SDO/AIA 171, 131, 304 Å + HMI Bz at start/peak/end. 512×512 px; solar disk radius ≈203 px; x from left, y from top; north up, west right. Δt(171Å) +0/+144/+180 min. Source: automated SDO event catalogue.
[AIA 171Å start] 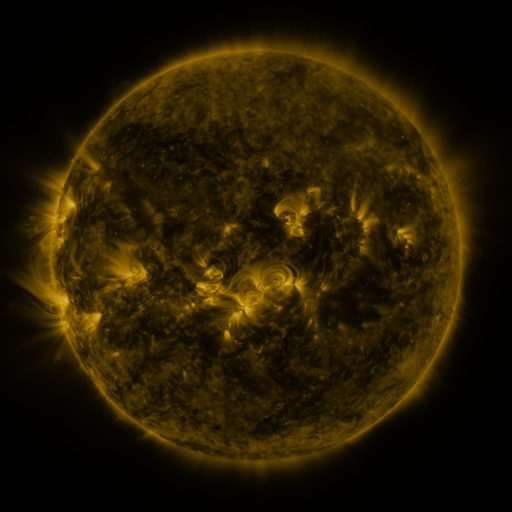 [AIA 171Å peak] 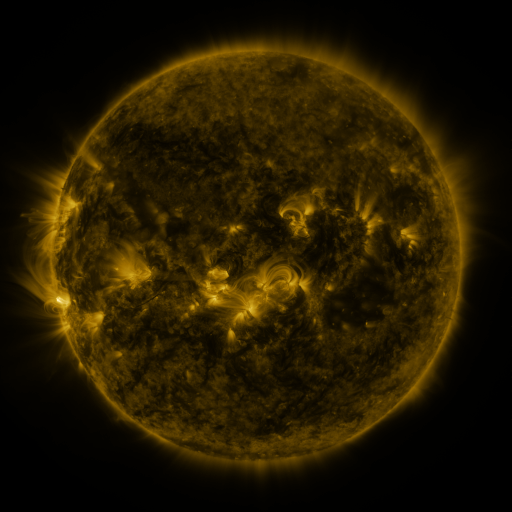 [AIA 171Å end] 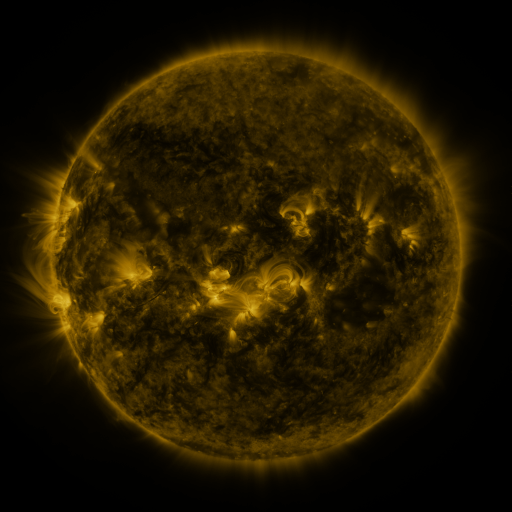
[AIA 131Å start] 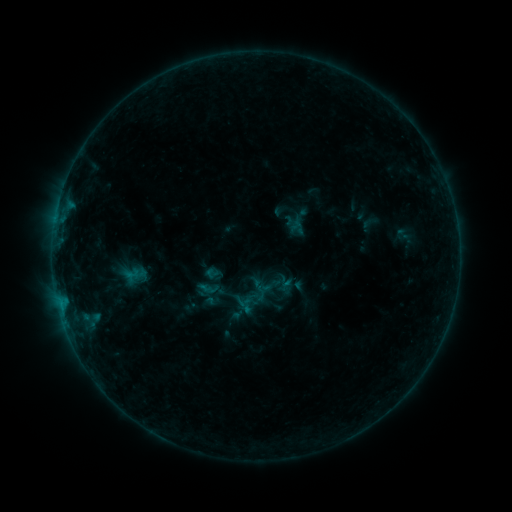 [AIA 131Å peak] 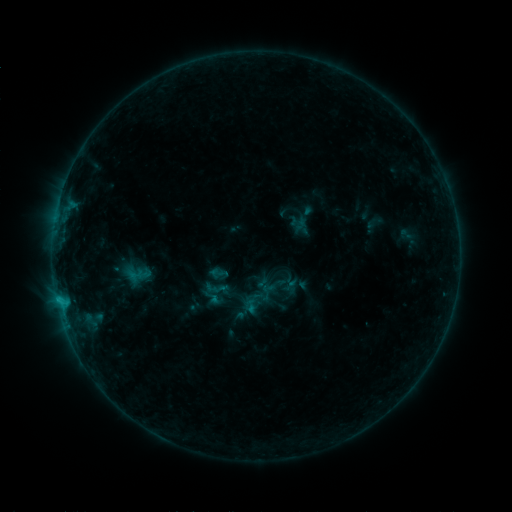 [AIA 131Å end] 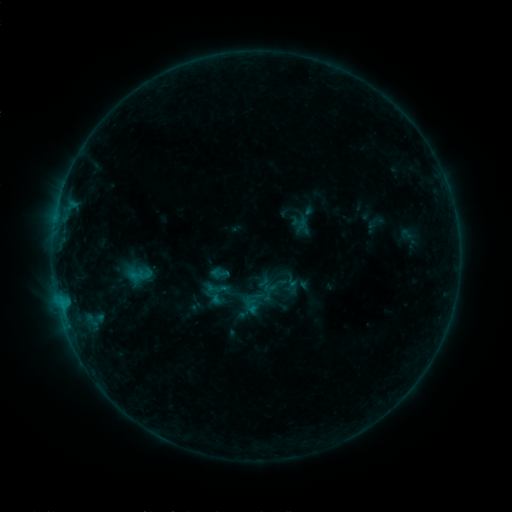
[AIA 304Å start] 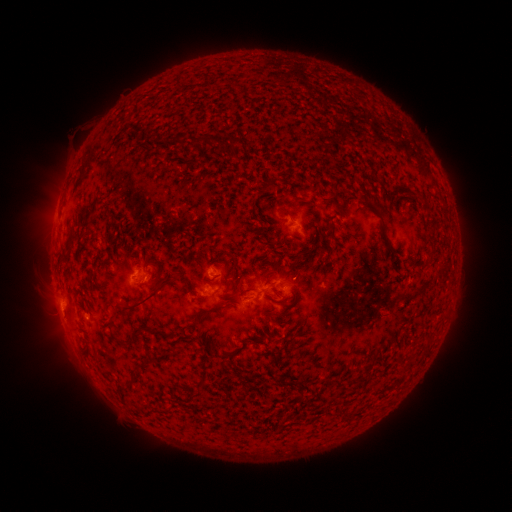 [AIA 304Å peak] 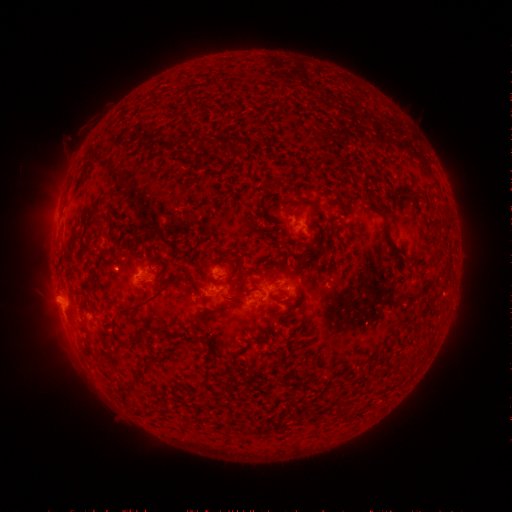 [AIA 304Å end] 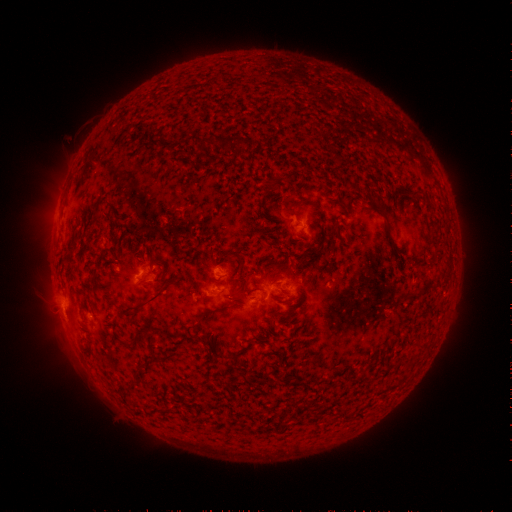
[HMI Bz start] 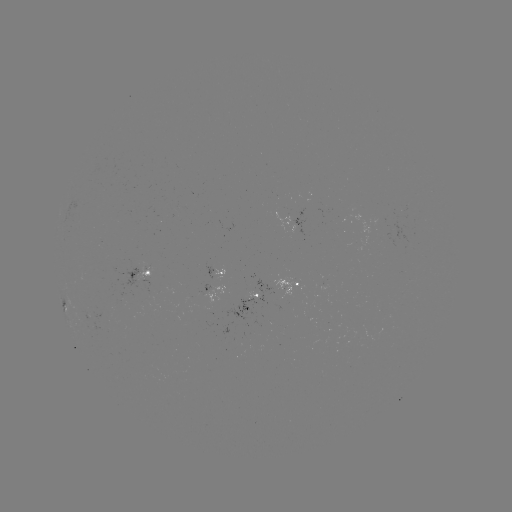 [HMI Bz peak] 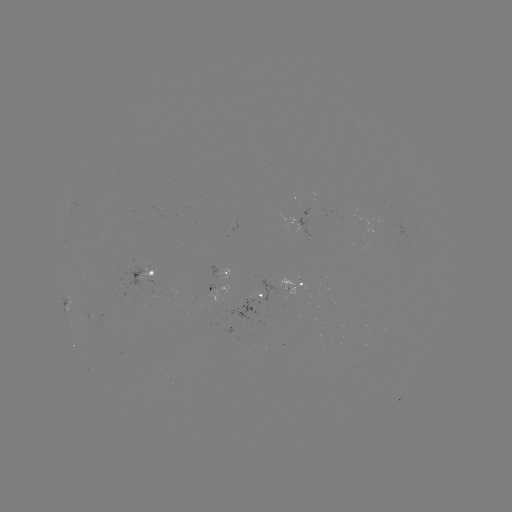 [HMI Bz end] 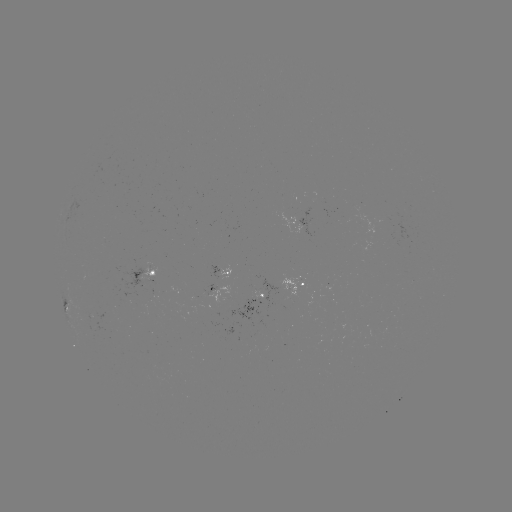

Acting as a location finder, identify emerging-flux region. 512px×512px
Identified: (294, 283).